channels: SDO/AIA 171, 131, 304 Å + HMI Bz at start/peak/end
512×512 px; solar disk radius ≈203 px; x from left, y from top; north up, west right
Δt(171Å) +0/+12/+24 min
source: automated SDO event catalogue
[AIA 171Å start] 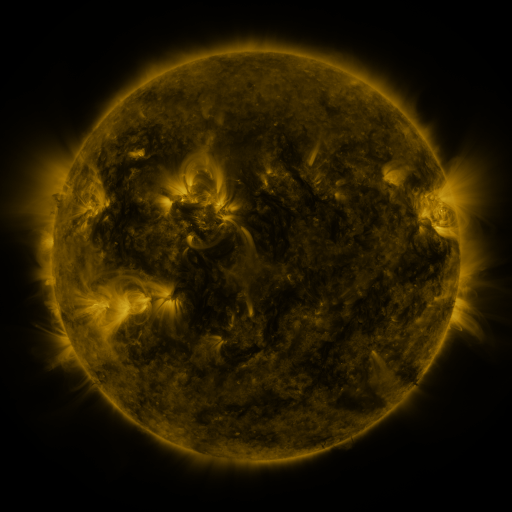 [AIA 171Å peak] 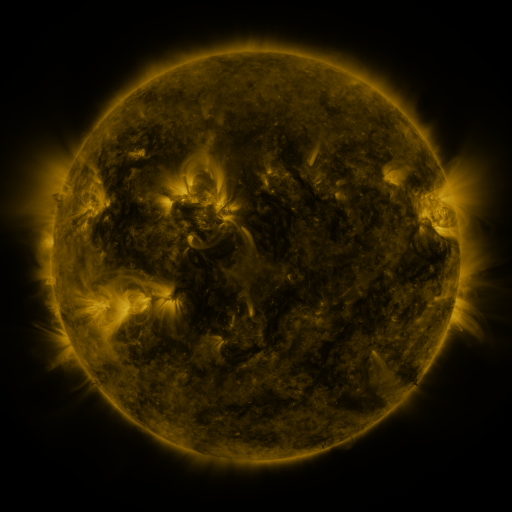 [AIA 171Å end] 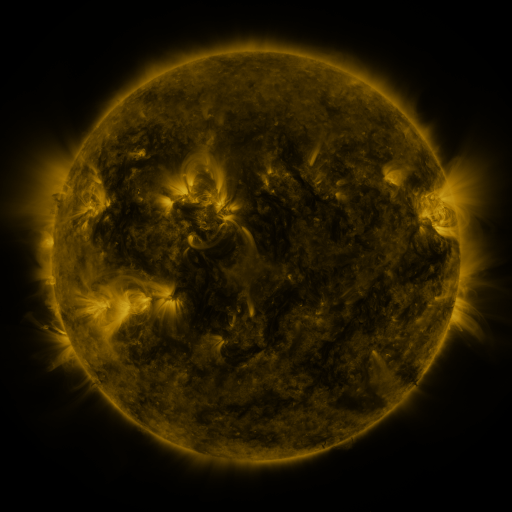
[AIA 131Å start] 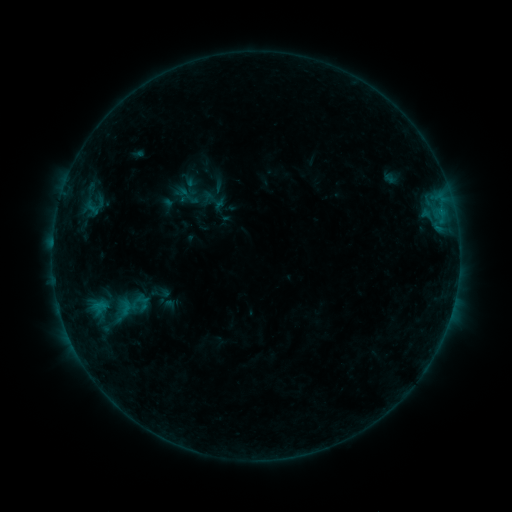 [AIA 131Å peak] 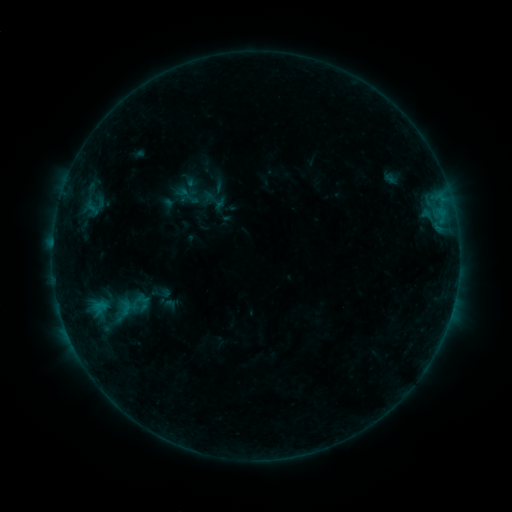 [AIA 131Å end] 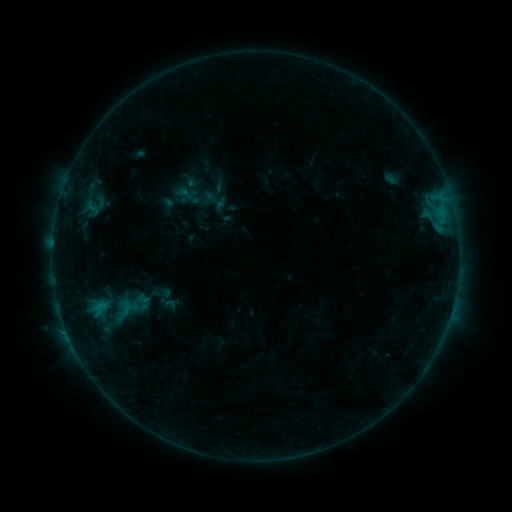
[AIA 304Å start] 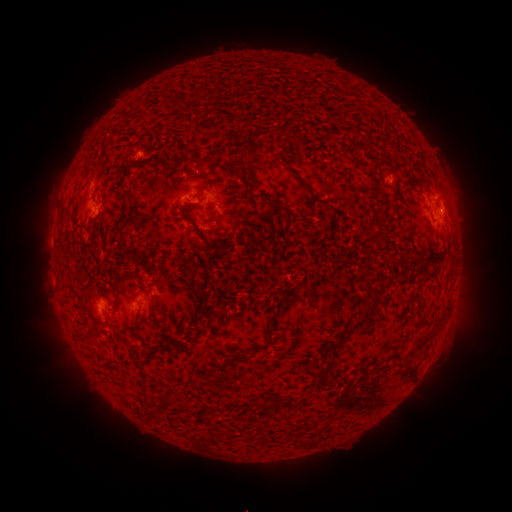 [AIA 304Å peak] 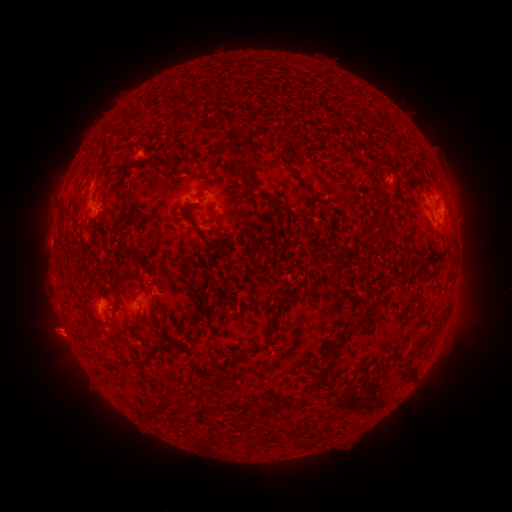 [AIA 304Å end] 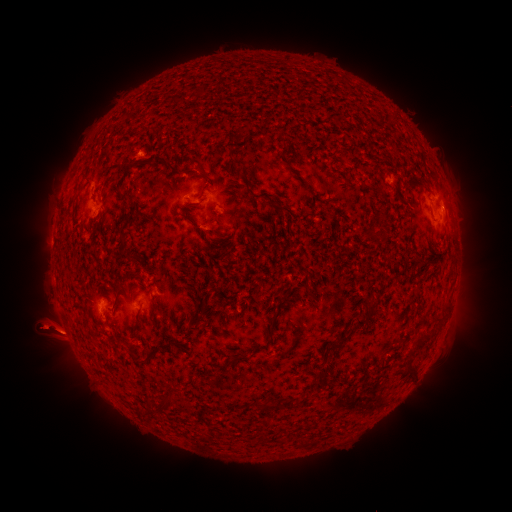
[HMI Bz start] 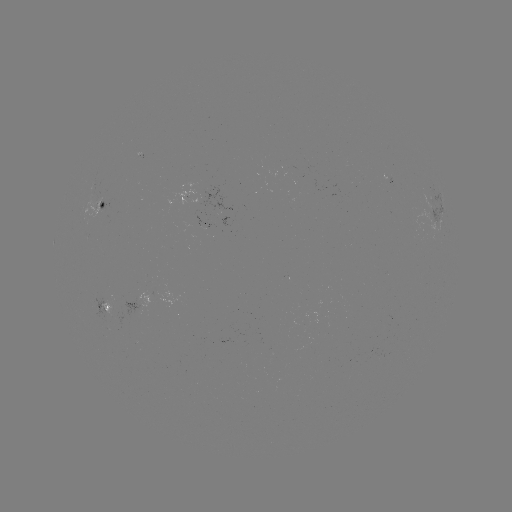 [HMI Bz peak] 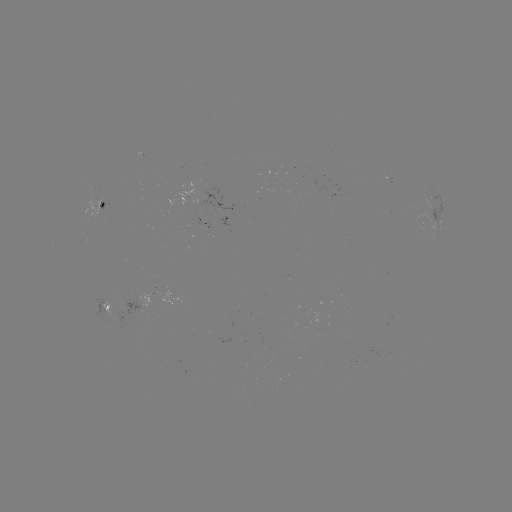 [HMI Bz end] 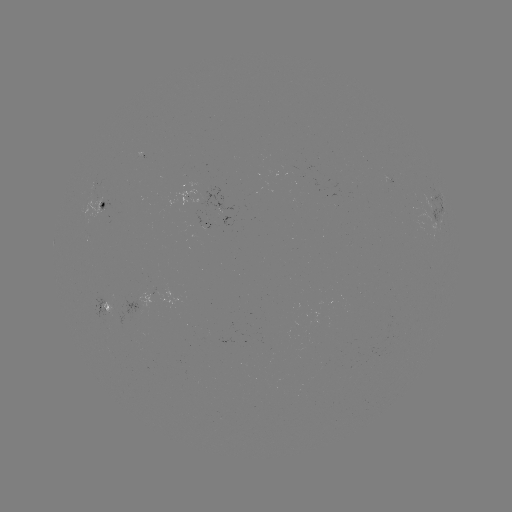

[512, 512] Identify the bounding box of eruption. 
[11, 271, 110, 396].